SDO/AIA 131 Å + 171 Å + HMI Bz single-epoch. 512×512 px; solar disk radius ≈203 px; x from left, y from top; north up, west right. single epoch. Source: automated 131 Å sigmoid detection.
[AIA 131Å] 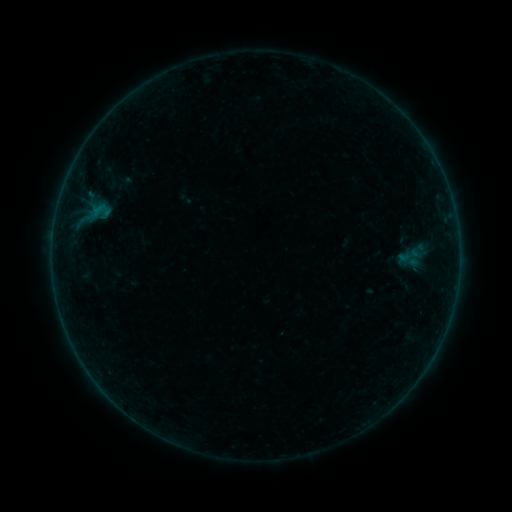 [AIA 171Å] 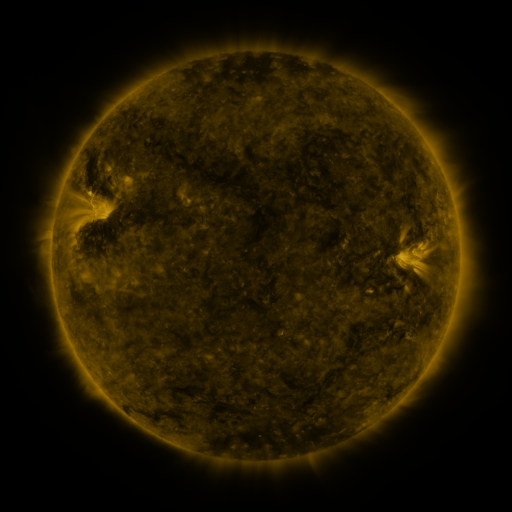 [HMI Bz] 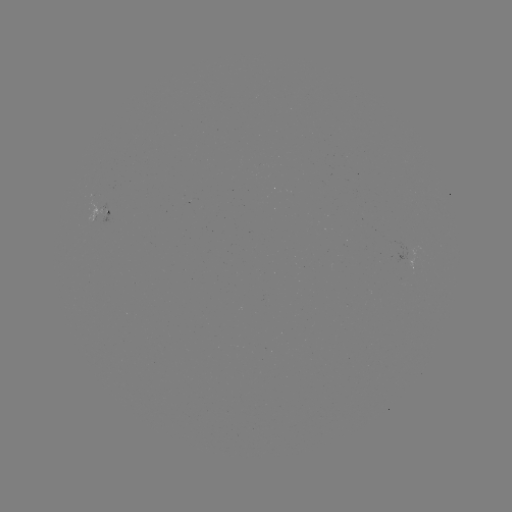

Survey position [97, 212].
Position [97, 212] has sigmoid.